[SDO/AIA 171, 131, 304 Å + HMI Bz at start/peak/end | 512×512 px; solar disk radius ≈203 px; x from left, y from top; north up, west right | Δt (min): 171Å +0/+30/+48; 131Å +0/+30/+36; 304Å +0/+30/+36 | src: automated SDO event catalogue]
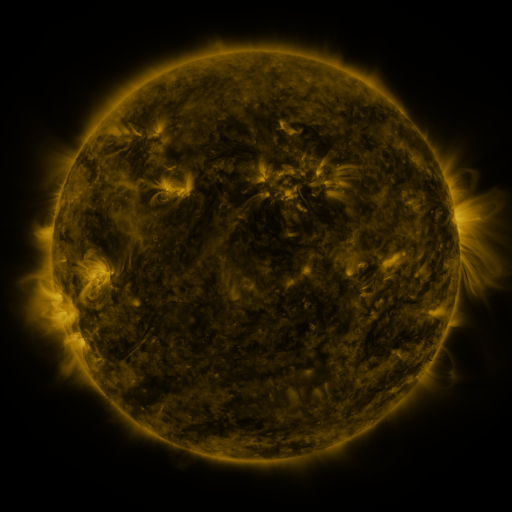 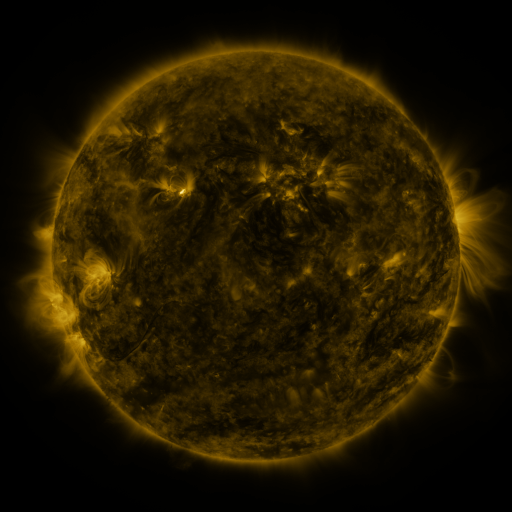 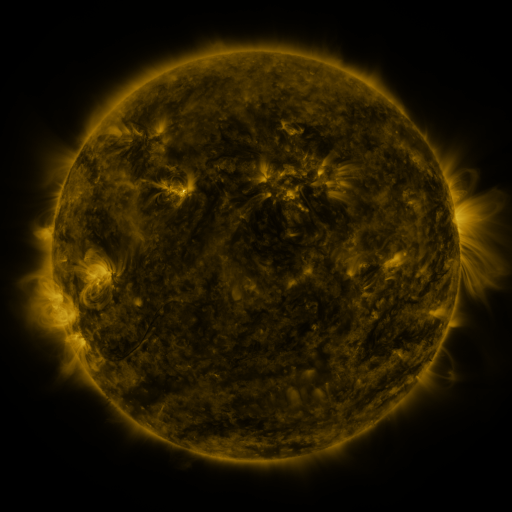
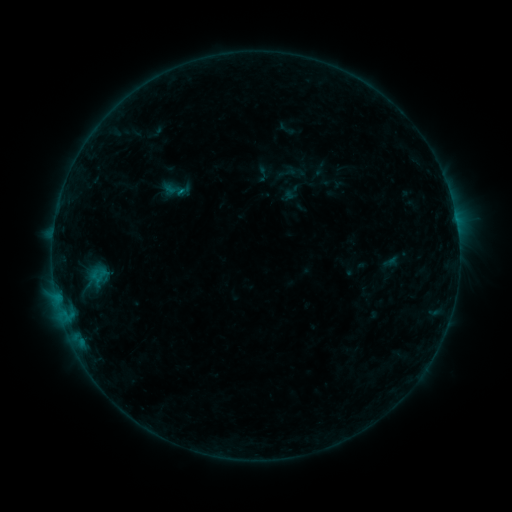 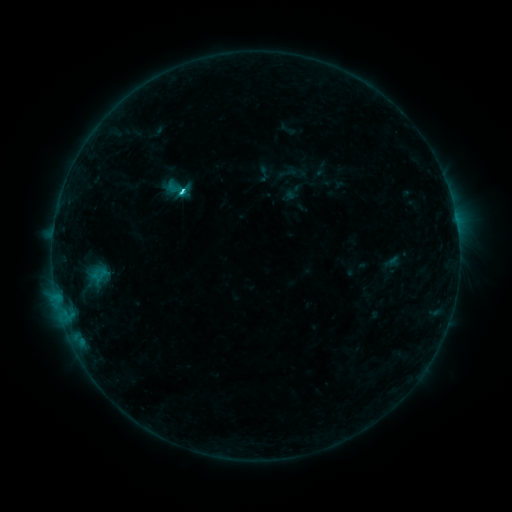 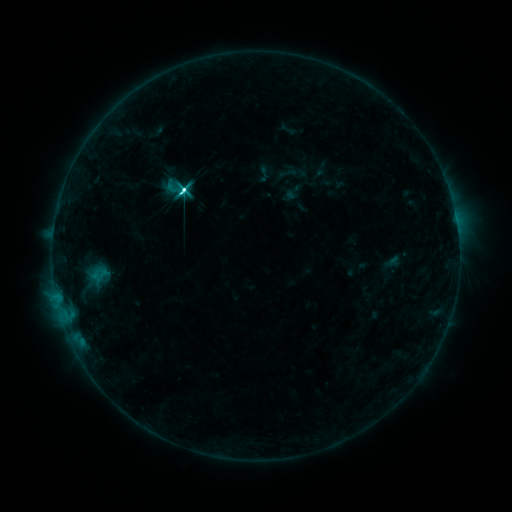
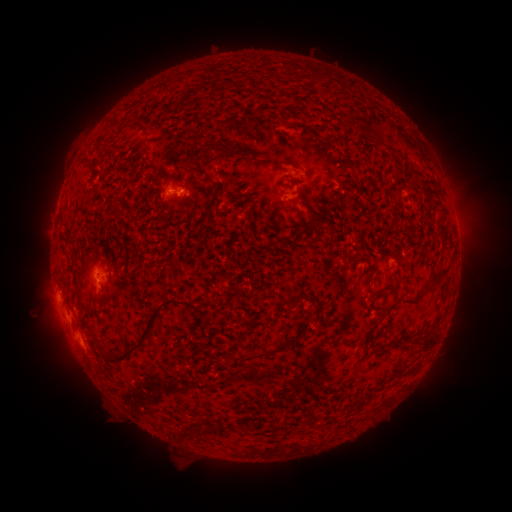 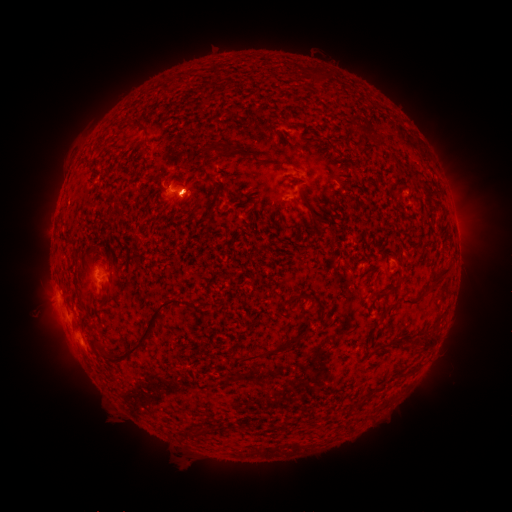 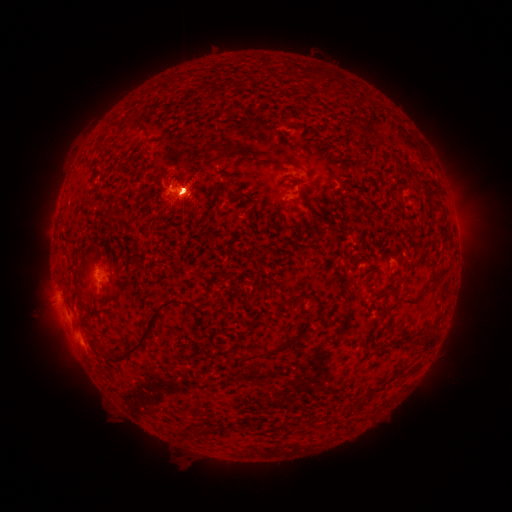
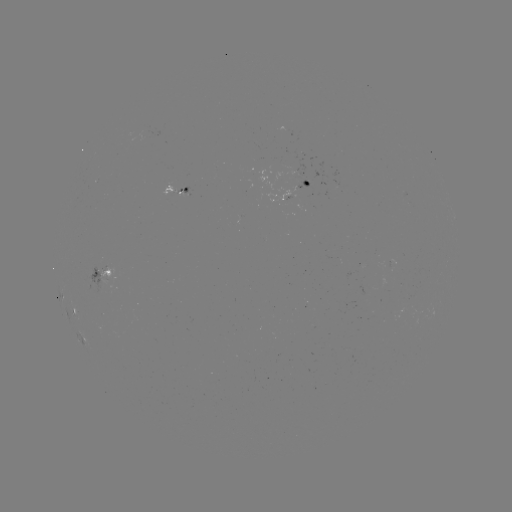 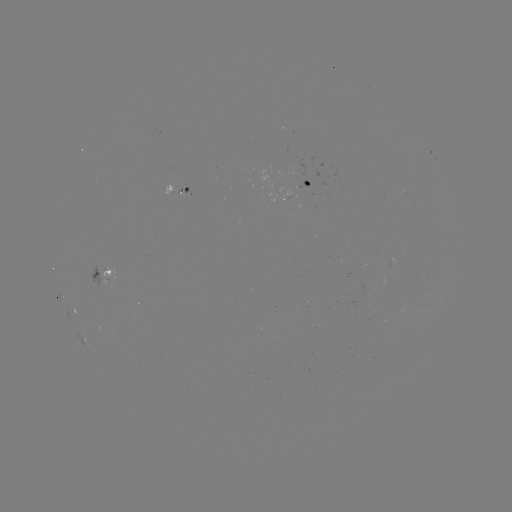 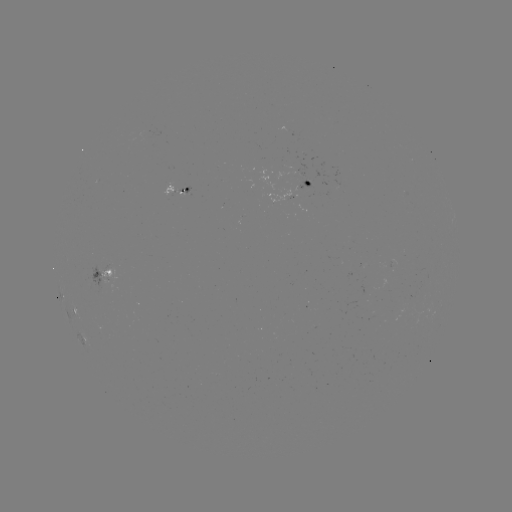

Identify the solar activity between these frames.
C2.6 flare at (184, 191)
